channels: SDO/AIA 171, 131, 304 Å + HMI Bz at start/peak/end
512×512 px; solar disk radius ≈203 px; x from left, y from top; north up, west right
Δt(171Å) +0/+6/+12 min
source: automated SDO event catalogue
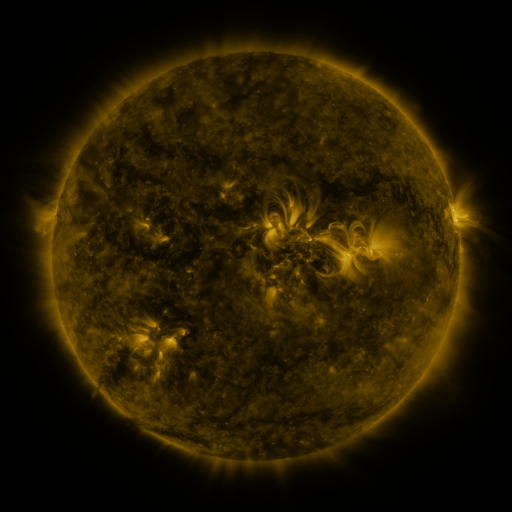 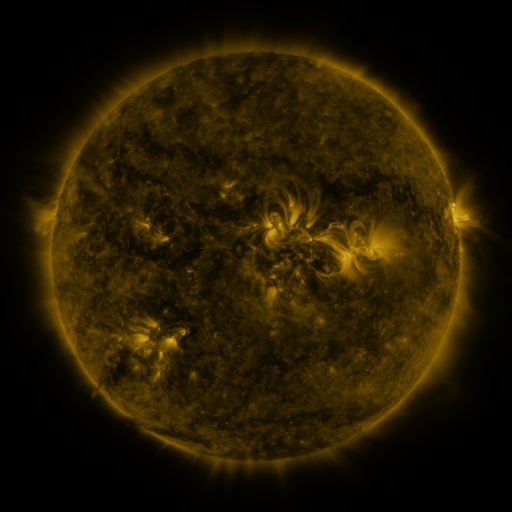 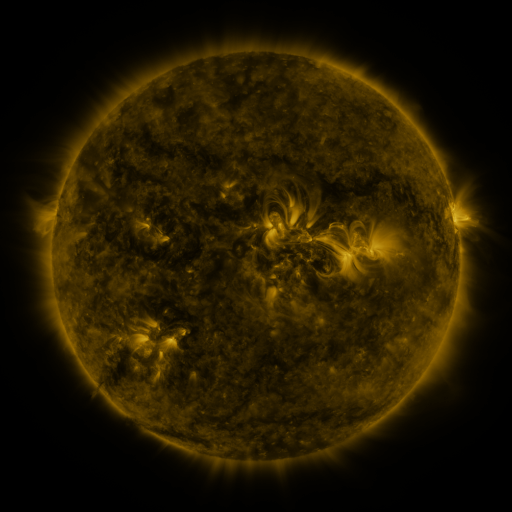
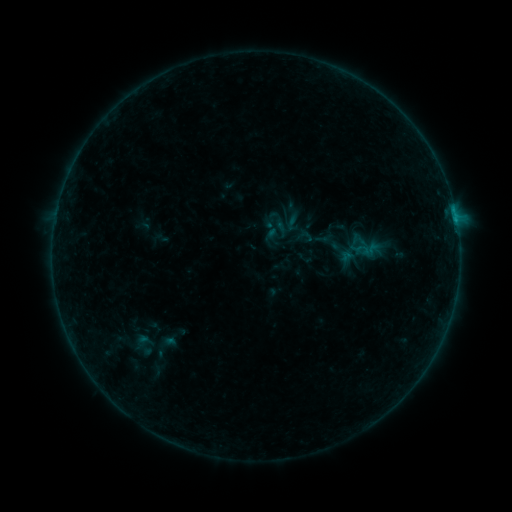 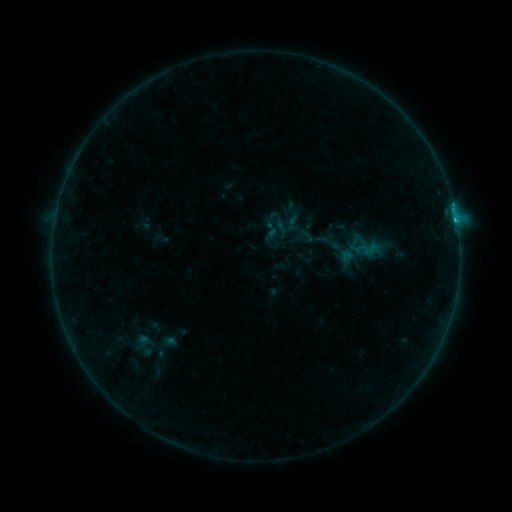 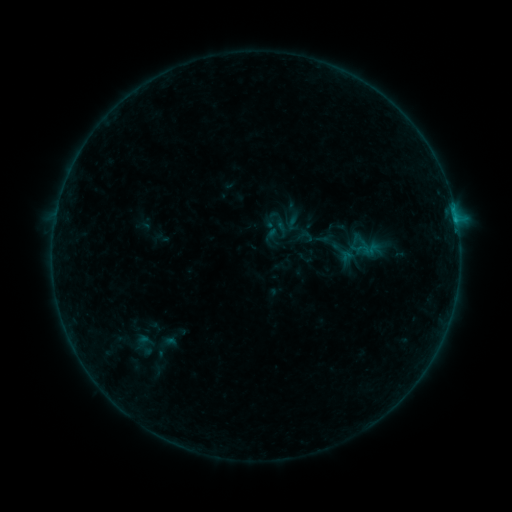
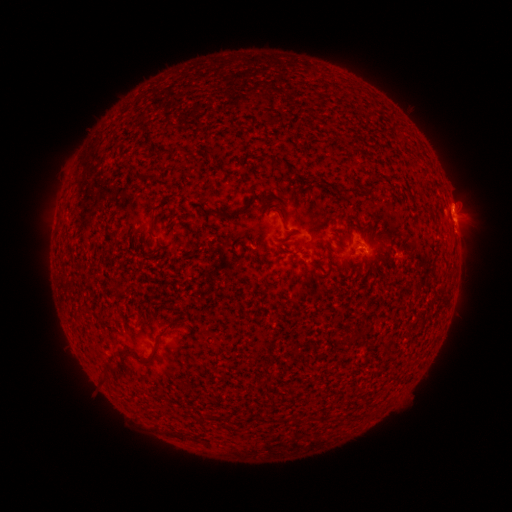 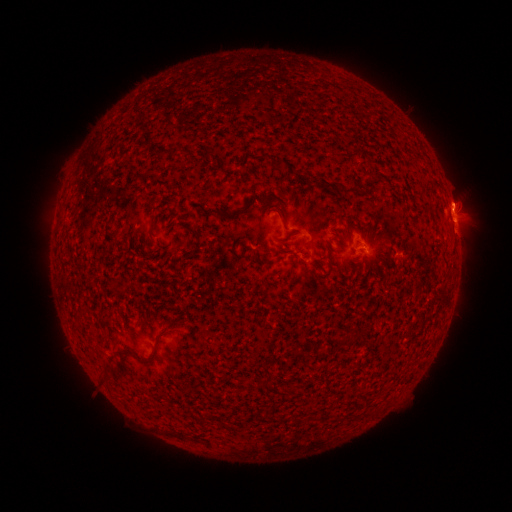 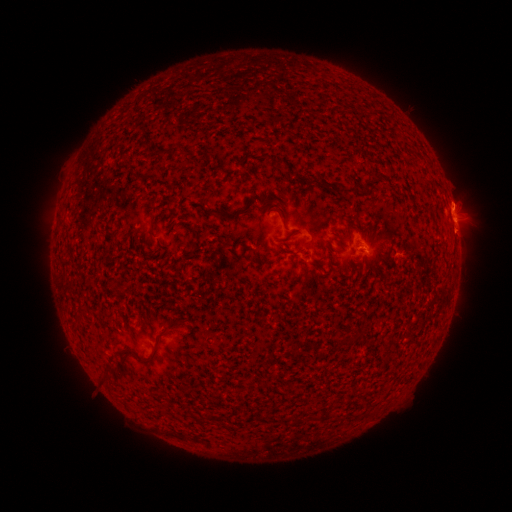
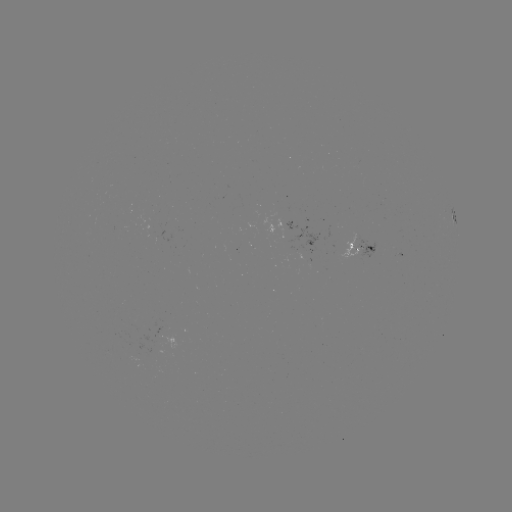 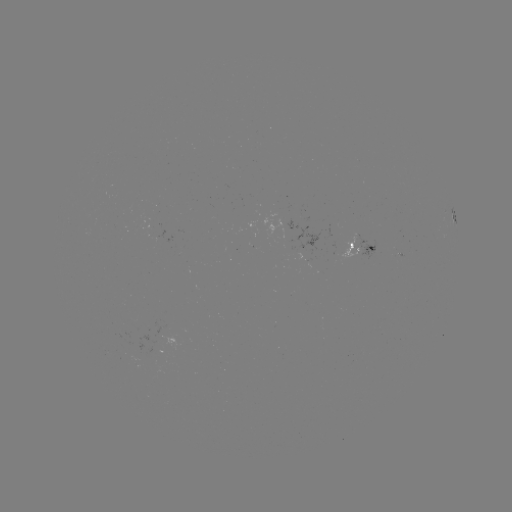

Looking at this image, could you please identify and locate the B4.6 flare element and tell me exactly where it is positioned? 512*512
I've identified B4.6 flare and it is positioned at [455, 222].